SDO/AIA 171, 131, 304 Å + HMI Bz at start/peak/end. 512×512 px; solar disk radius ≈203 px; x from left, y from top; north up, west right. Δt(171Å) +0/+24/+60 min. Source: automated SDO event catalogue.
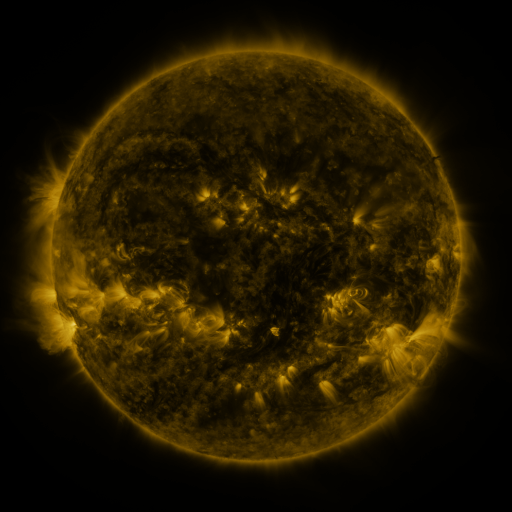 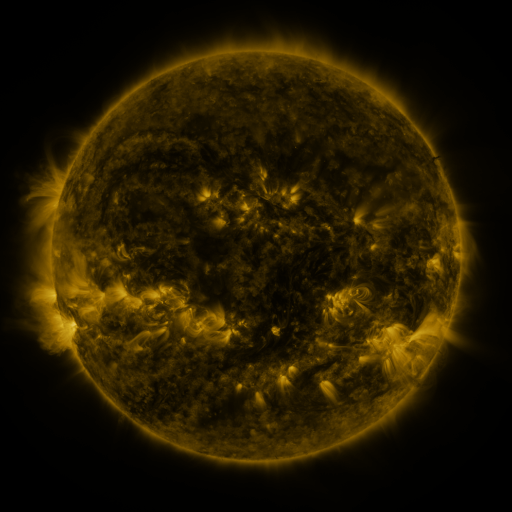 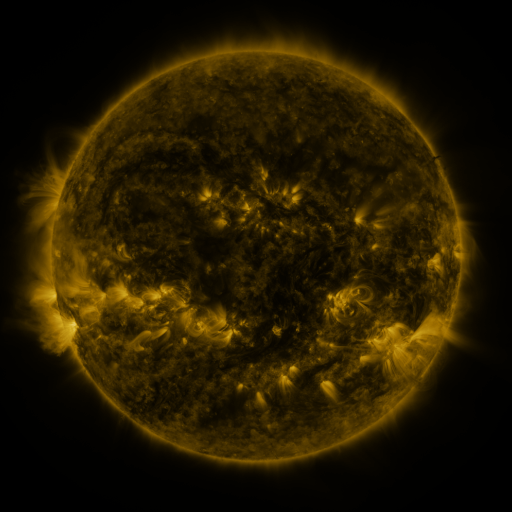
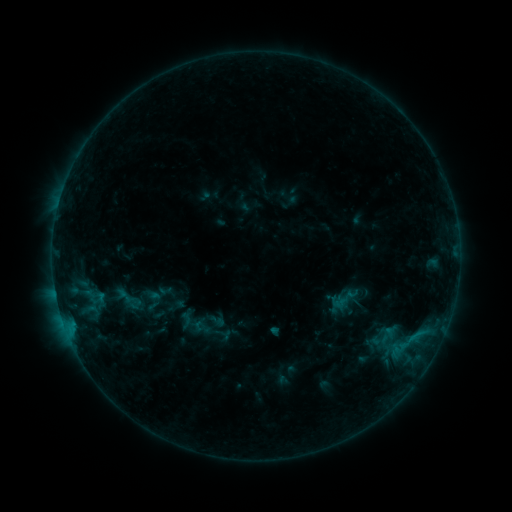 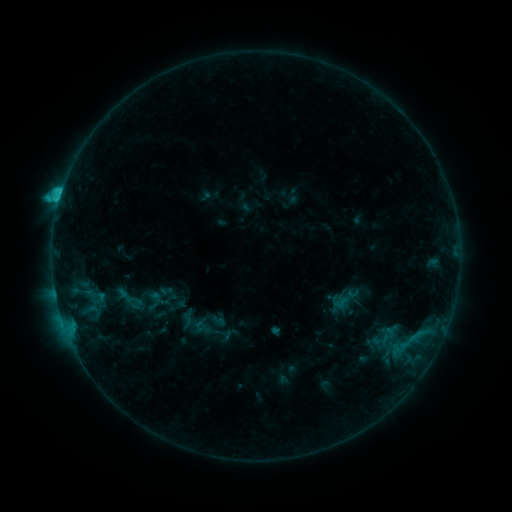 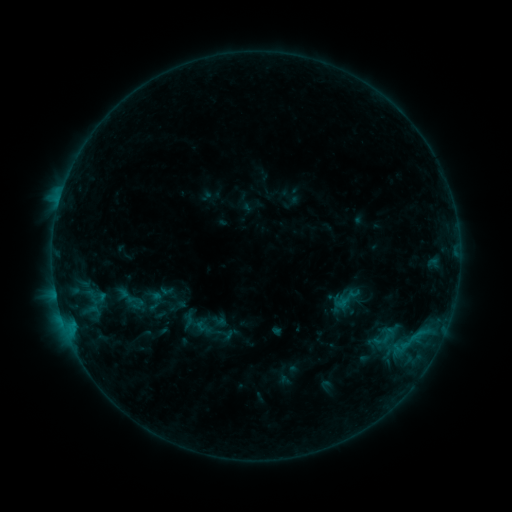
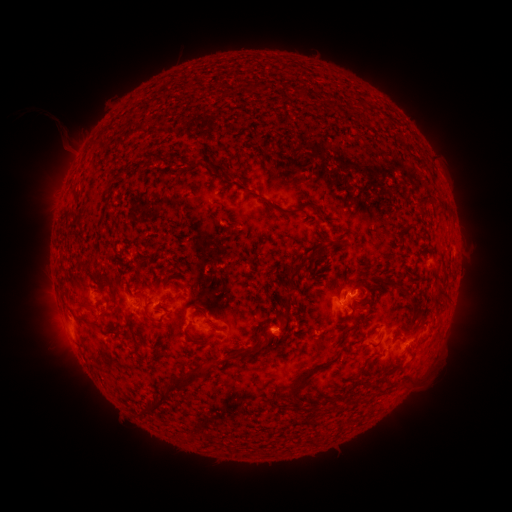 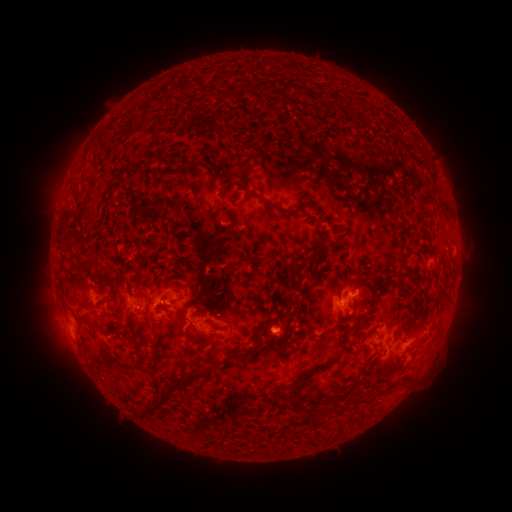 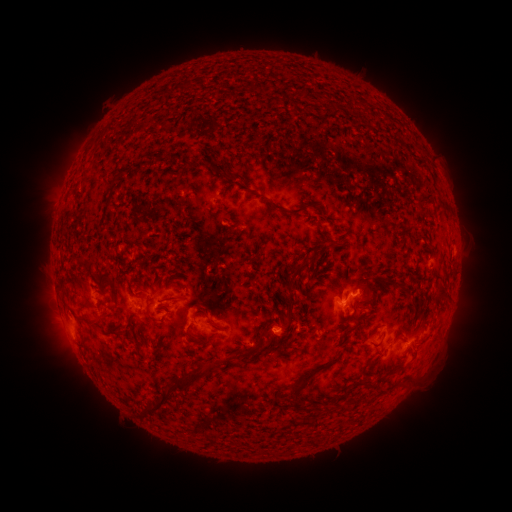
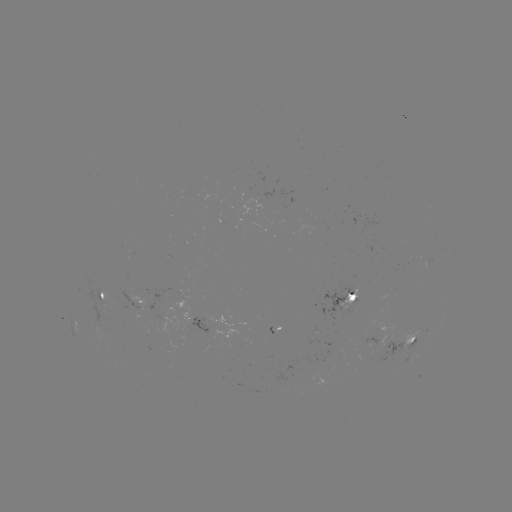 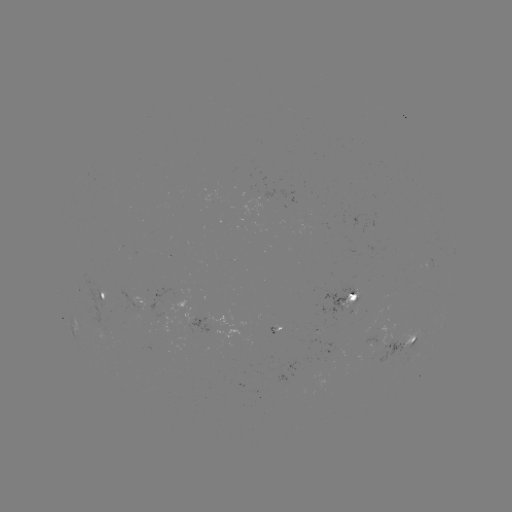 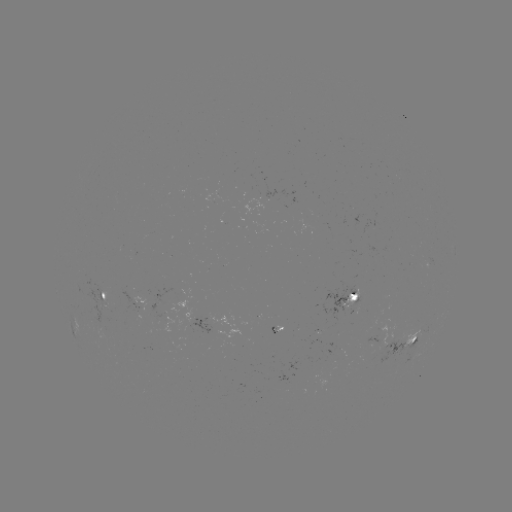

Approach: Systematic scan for C1.8 flare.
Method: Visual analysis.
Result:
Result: C1.8 flare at [61, 197].